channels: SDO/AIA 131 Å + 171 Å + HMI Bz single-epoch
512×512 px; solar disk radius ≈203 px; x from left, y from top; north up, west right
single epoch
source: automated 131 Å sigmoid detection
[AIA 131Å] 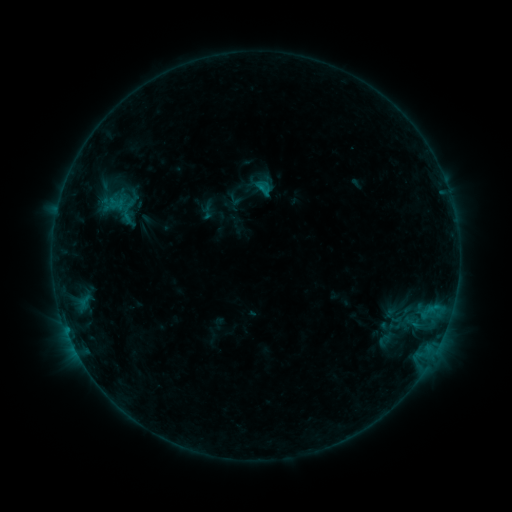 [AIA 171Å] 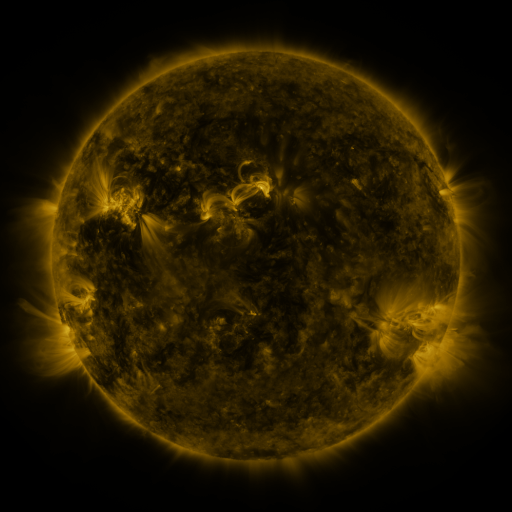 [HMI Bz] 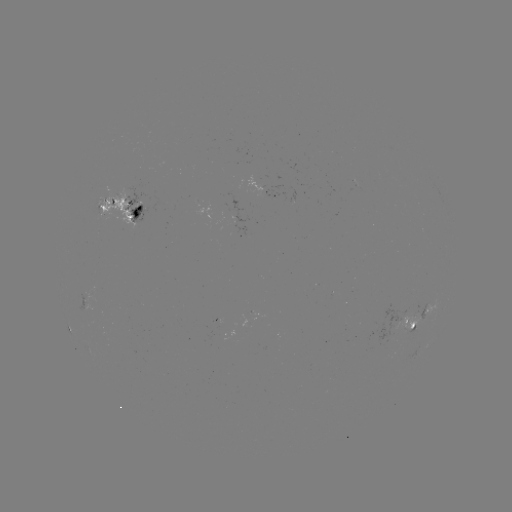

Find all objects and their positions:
sigmoid: (207, 212)
